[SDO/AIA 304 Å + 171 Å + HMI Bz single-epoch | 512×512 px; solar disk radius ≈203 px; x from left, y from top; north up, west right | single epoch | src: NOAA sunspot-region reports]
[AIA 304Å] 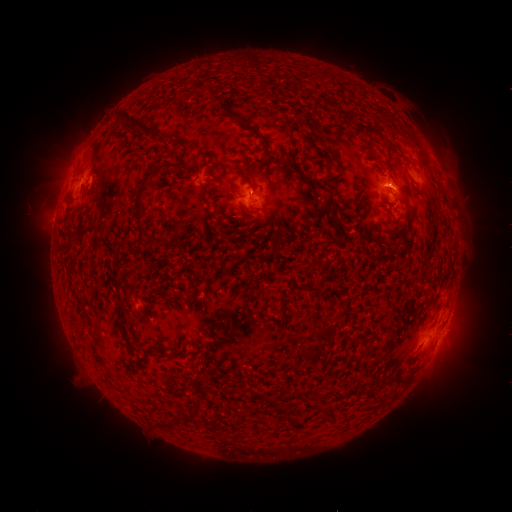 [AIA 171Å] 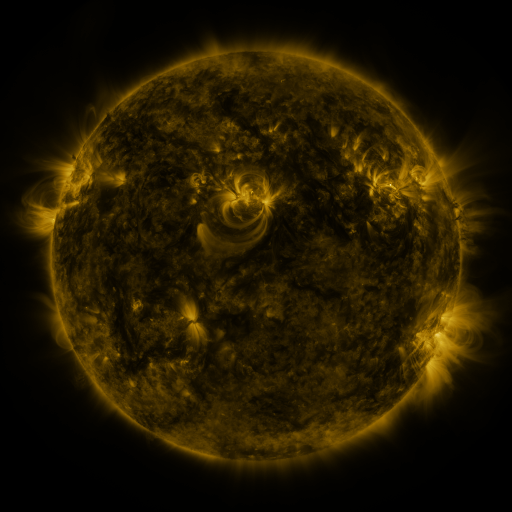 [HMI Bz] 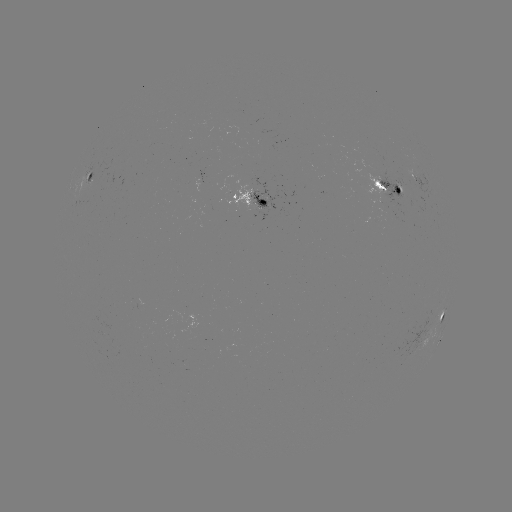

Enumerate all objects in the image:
spotted active region: (94, 173)
spotted active region: (419, 182)
spotted active region: (394, 190)
spotted active region: (256, 196)
spotted active region: (440, 322)
spotted active region: (438, 345)
